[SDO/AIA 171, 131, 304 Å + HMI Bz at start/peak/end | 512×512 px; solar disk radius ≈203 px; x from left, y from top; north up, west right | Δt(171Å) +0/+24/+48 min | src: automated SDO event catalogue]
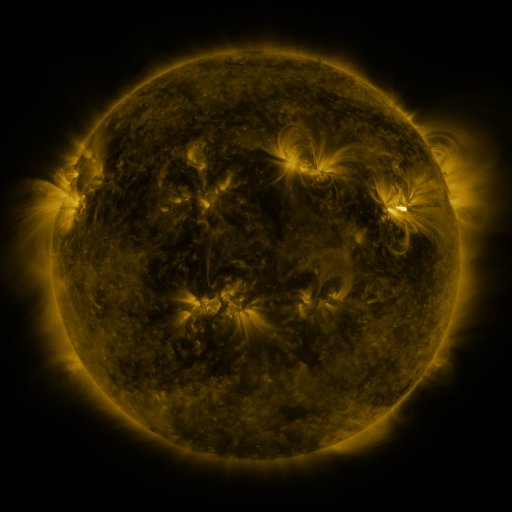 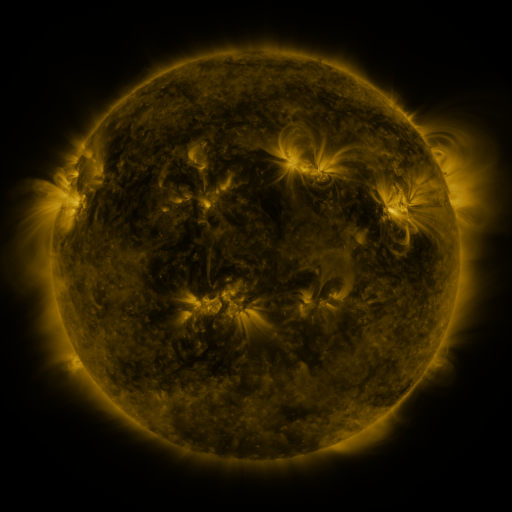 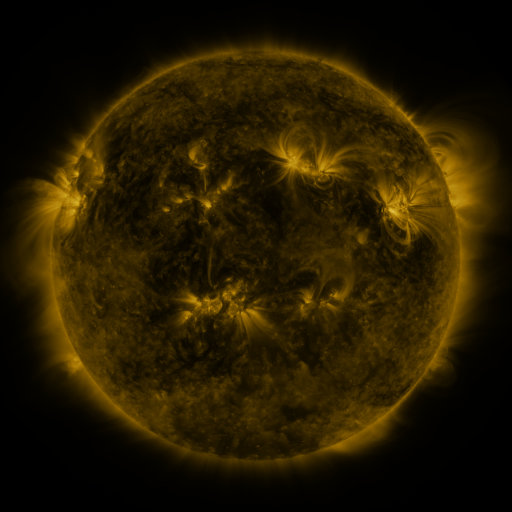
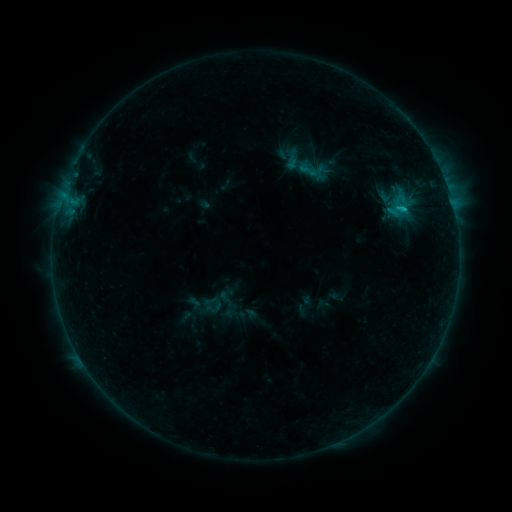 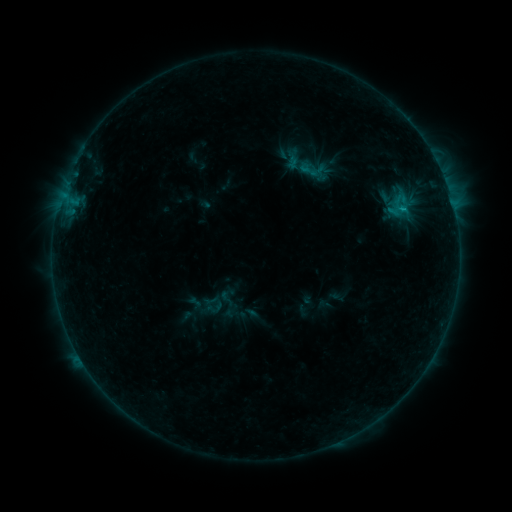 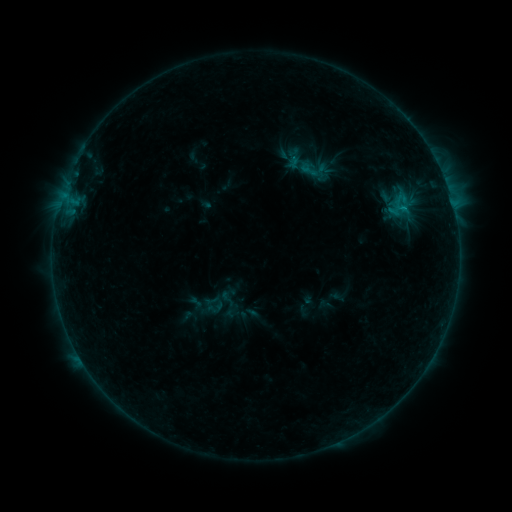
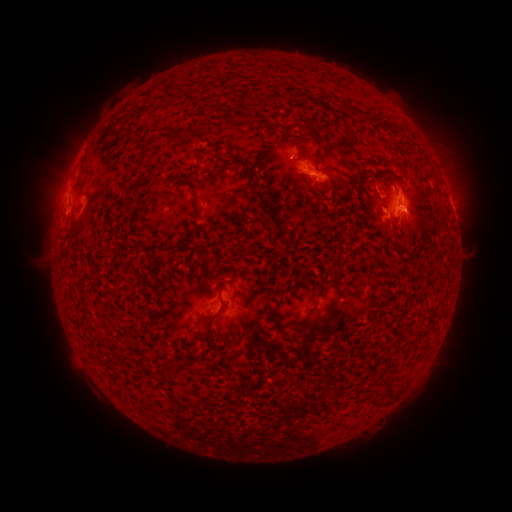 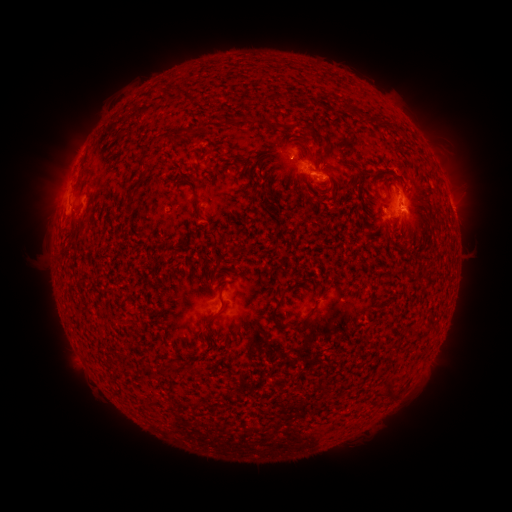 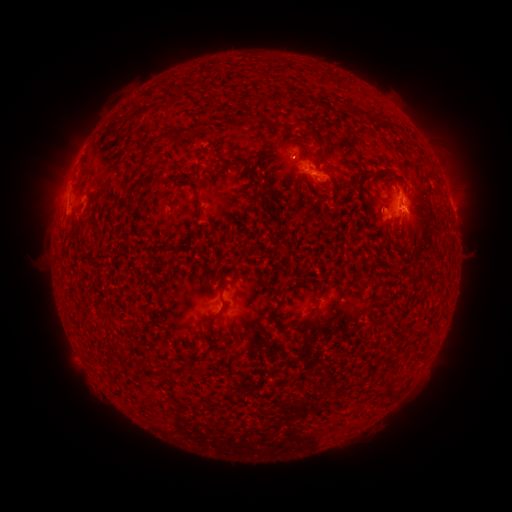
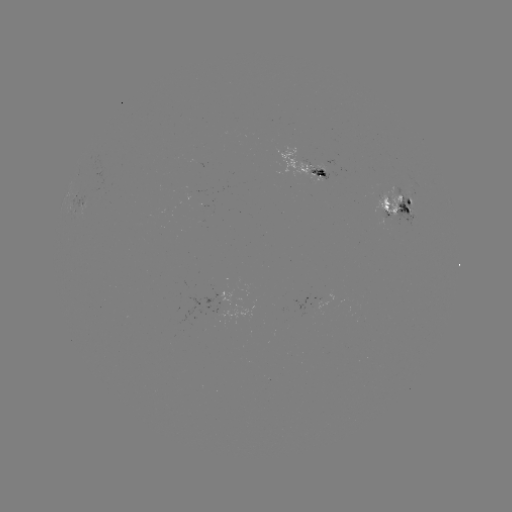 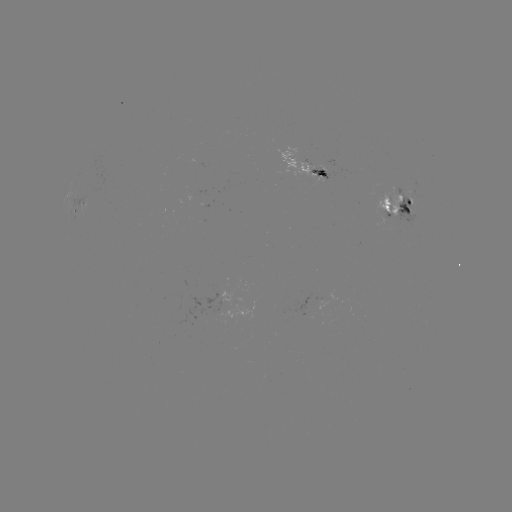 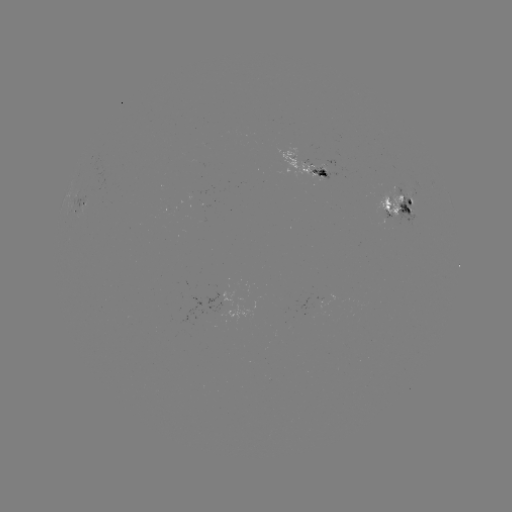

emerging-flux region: [210, 303, 224, 316]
